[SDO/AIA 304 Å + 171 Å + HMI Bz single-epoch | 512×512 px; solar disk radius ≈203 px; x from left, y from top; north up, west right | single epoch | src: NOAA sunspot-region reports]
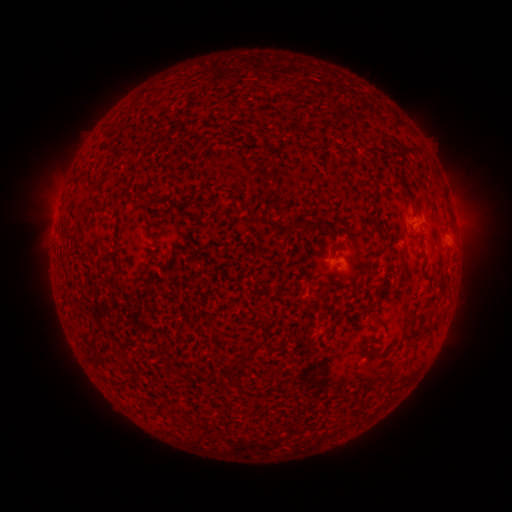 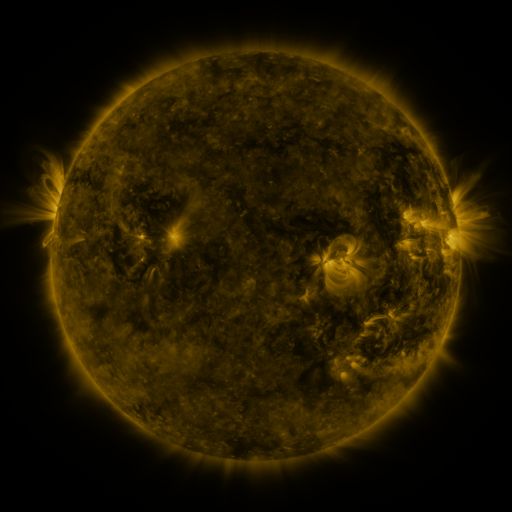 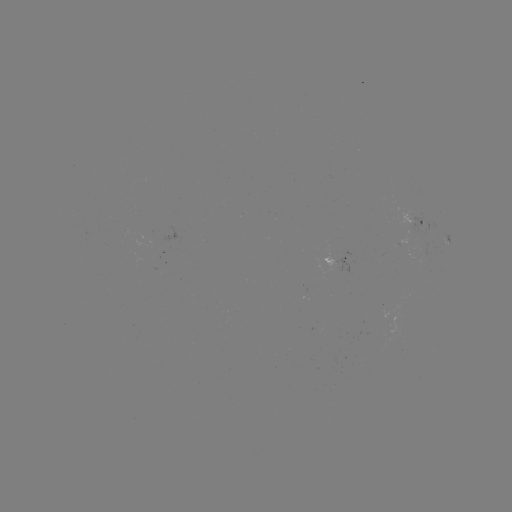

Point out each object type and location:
spotted active region: (415, 221)
spotted active region: (338, 265)
